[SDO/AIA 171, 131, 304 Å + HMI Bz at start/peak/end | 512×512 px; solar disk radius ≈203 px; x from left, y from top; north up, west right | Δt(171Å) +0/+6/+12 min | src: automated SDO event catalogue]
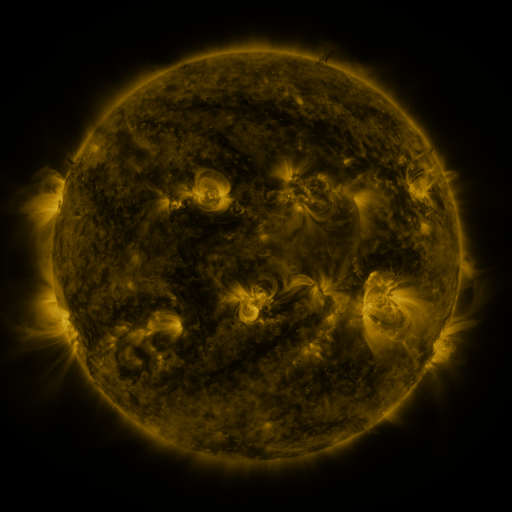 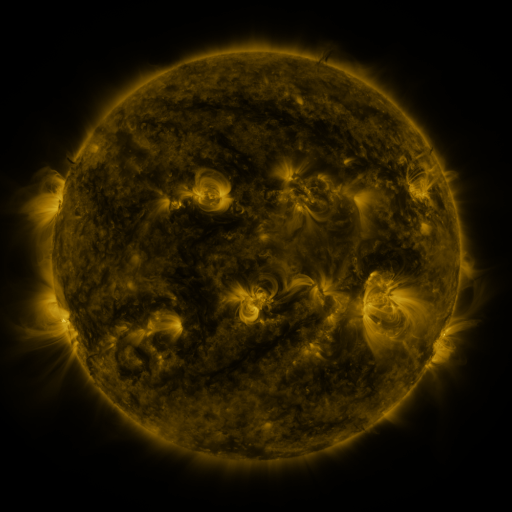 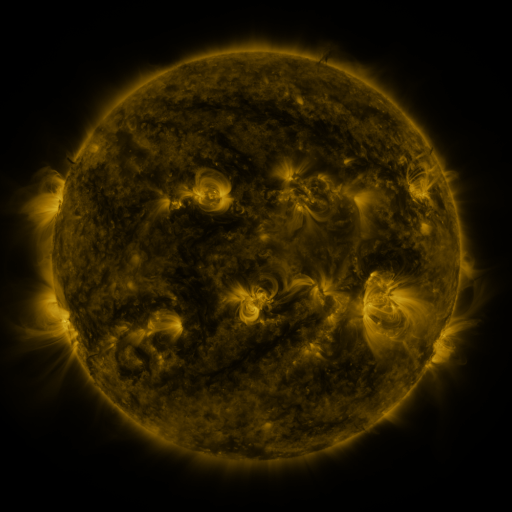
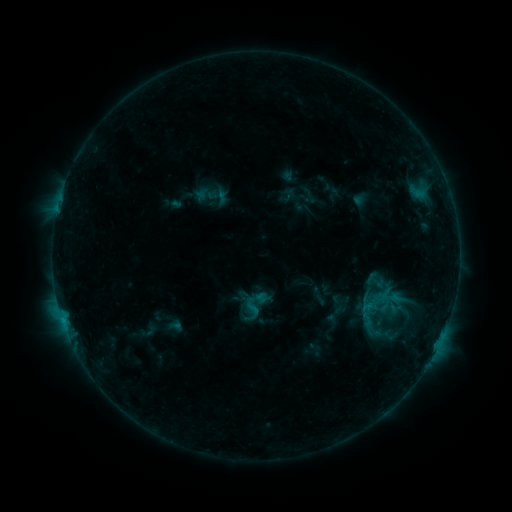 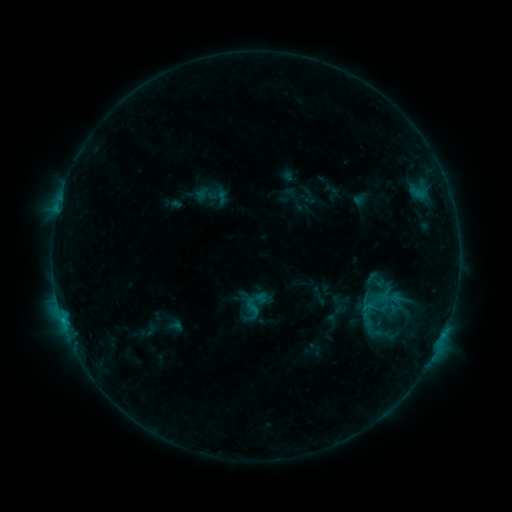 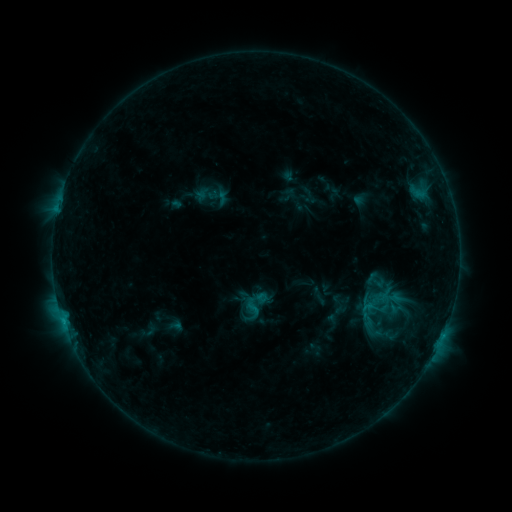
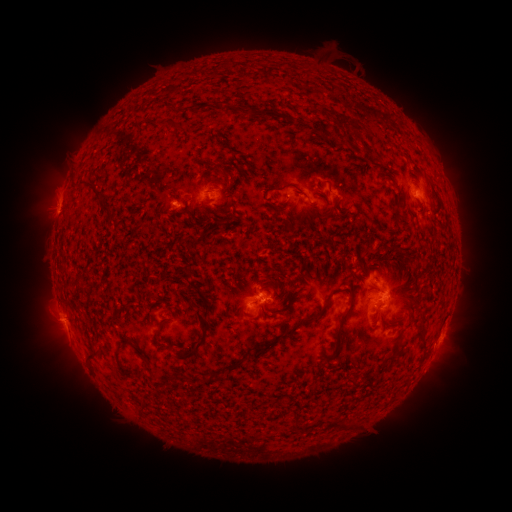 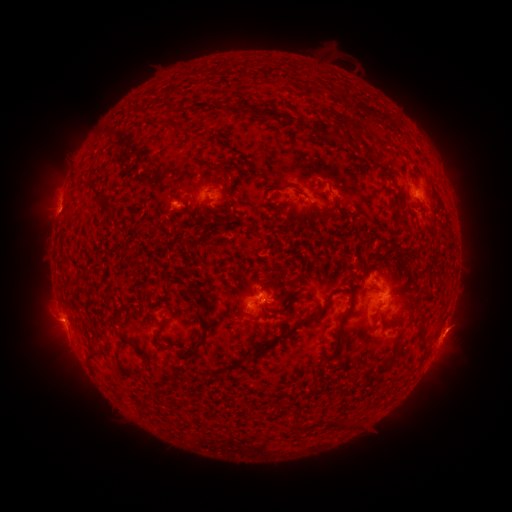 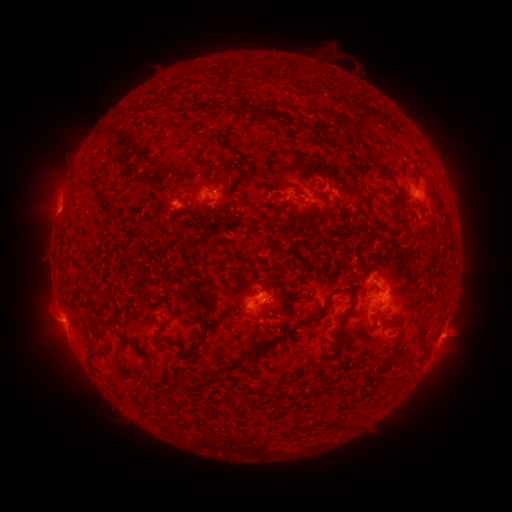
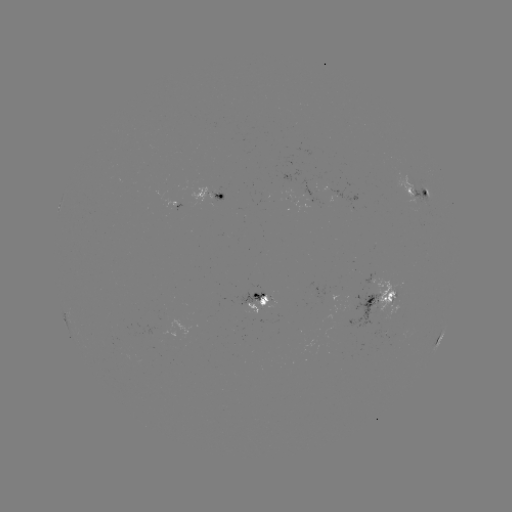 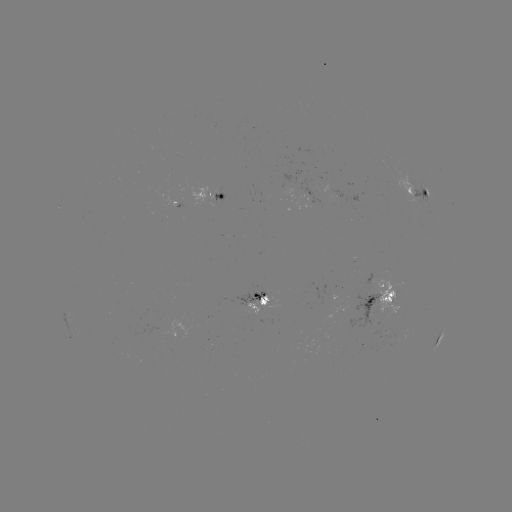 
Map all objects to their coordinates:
eruption: (460, 334)
